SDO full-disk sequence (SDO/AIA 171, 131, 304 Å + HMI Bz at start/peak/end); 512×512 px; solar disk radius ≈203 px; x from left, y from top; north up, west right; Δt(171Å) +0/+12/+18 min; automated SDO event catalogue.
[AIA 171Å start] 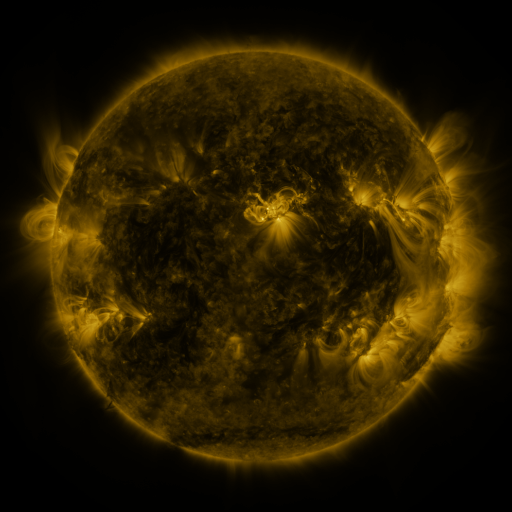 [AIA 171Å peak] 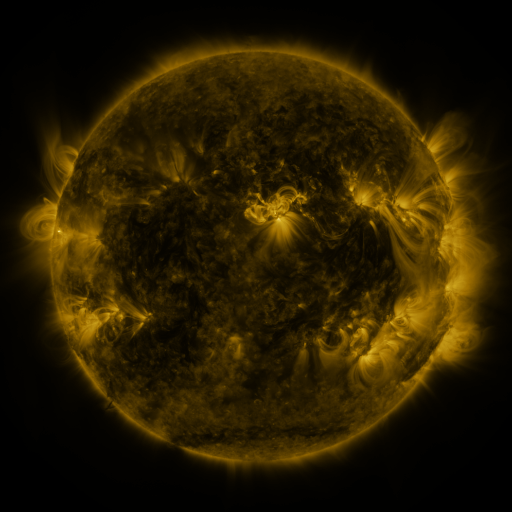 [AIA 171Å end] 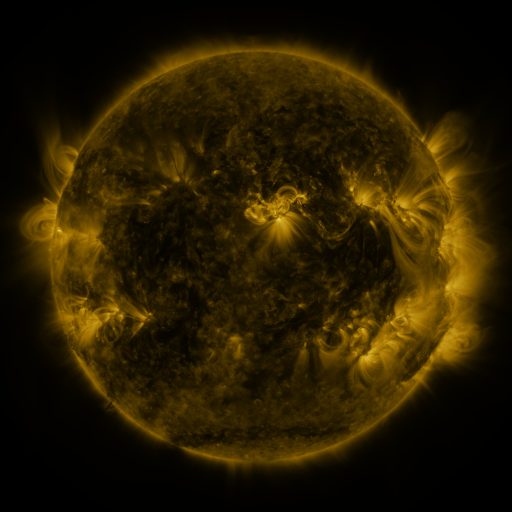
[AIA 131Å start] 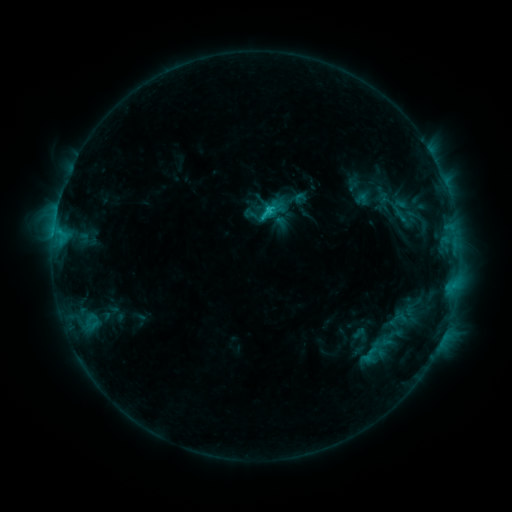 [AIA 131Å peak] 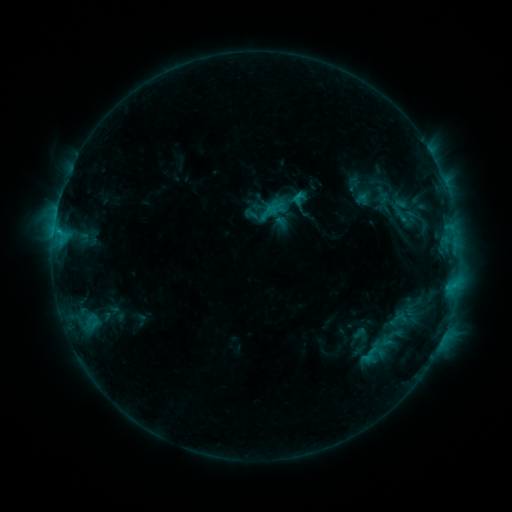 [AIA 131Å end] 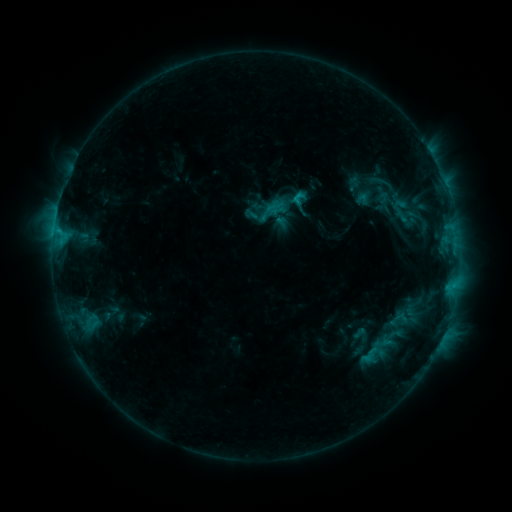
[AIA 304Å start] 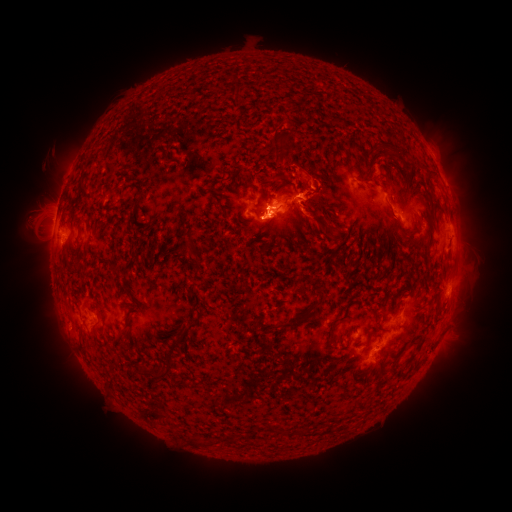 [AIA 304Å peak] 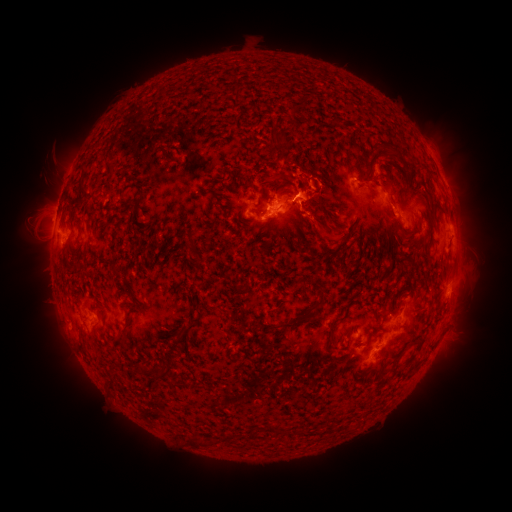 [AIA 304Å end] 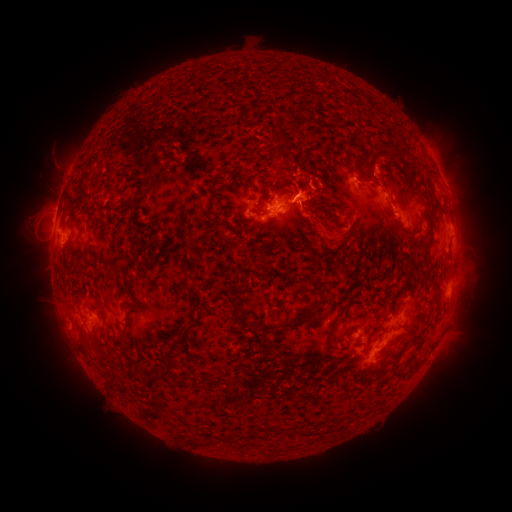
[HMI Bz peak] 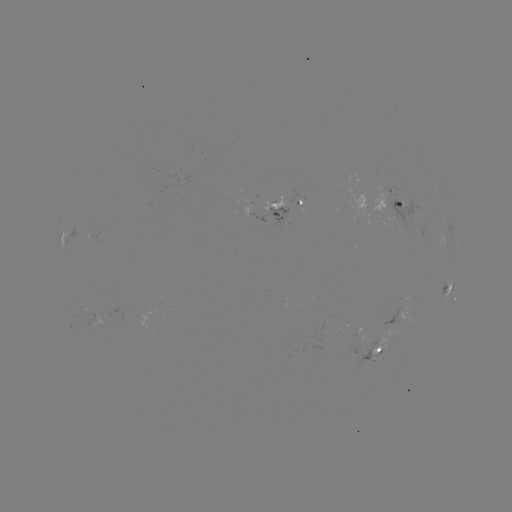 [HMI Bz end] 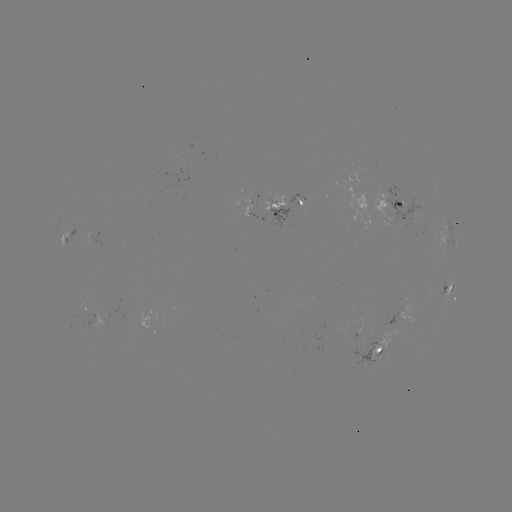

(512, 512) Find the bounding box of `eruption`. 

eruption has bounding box [290, 202, 347, 252].